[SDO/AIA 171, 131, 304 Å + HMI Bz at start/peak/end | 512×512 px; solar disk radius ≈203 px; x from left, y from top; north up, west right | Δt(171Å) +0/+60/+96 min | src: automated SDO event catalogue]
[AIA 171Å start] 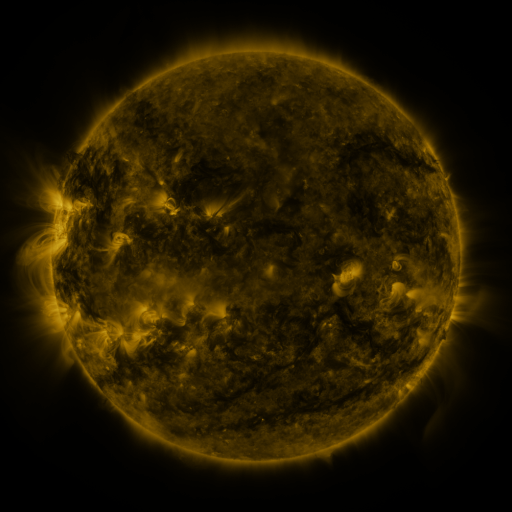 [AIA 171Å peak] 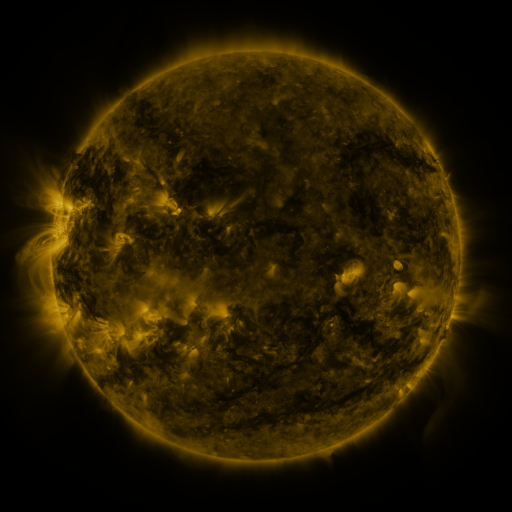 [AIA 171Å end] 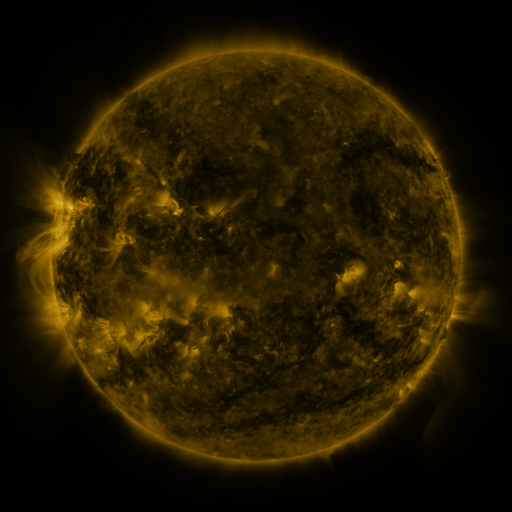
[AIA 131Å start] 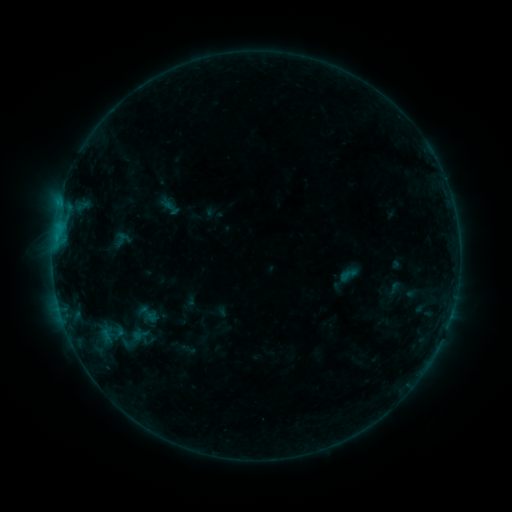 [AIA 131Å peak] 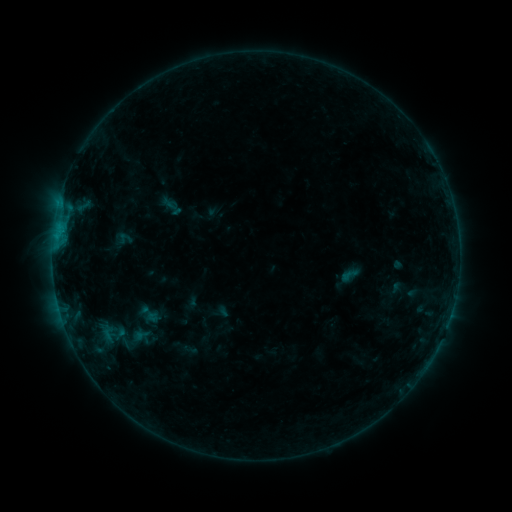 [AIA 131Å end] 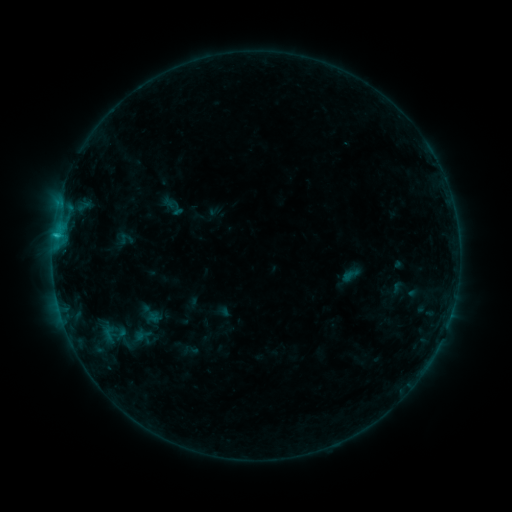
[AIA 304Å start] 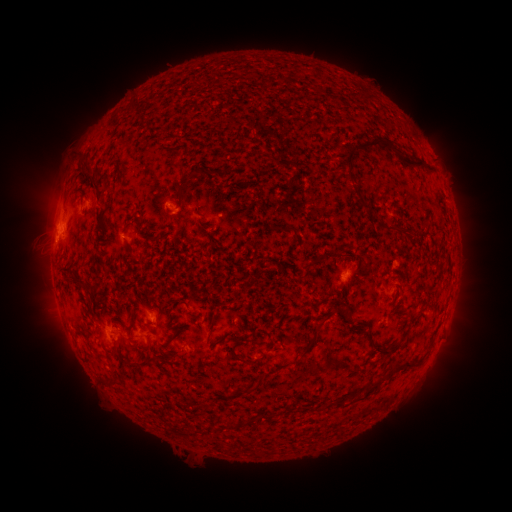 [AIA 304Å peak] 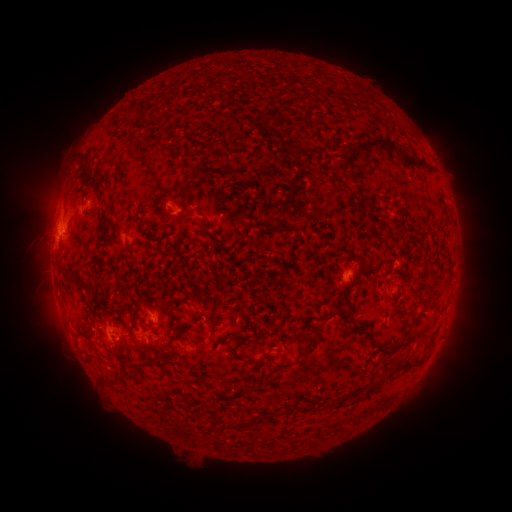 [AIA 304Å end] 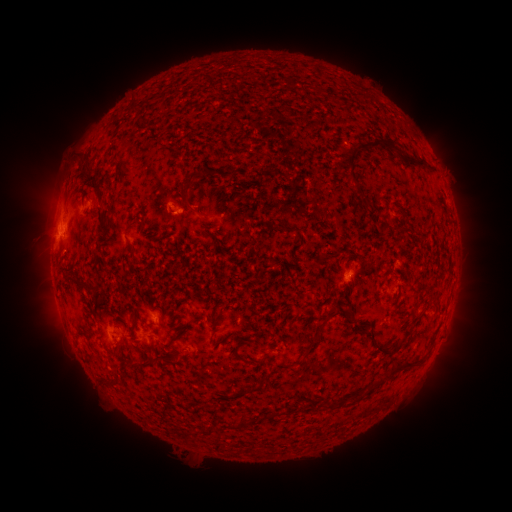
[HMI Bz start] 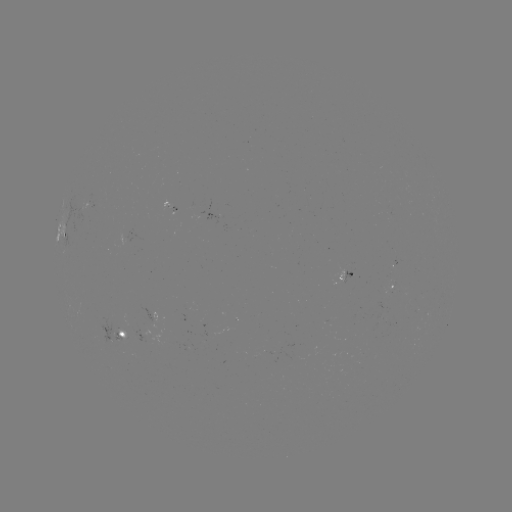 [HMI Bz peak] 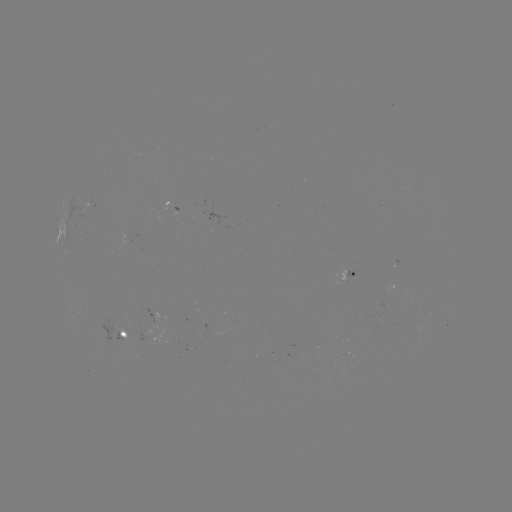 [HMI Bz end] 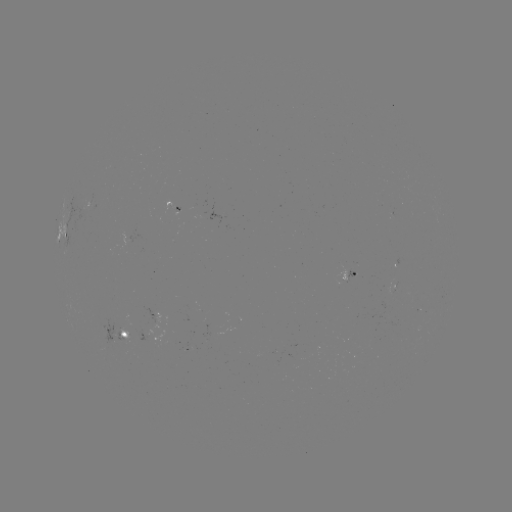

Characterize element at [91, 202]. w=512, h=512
emerging-flux region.